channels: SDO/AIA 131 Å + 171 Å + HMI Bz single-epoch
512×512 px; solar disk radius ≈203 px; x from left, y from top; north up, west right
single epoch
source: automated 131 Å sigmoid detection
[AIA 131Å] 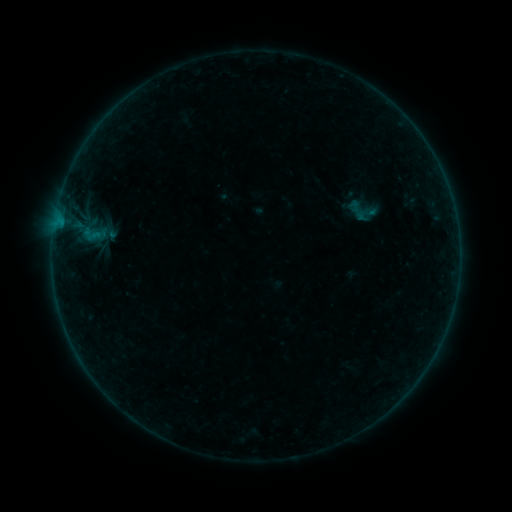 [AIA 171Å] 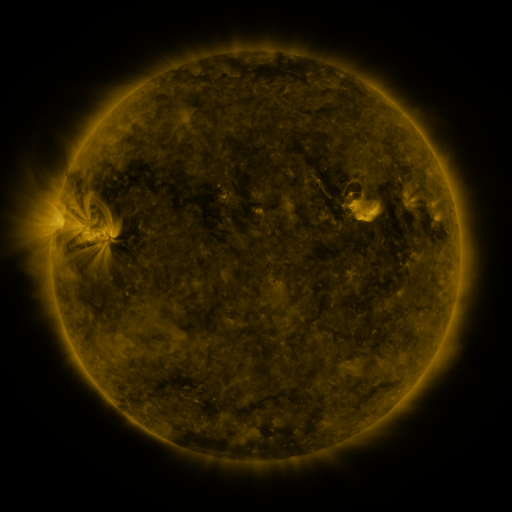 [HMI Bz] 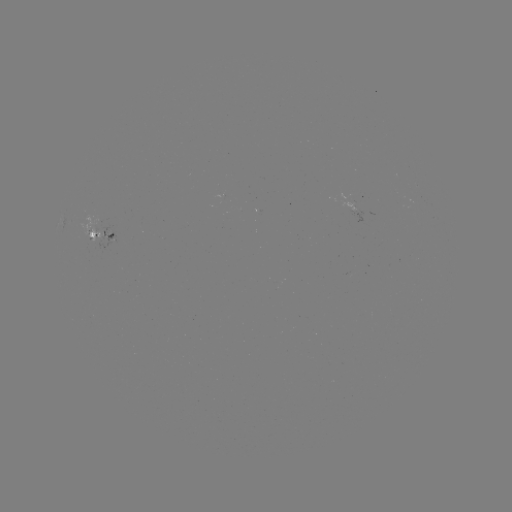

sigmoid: <bbox>341, 192, 385, 228</bbox>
